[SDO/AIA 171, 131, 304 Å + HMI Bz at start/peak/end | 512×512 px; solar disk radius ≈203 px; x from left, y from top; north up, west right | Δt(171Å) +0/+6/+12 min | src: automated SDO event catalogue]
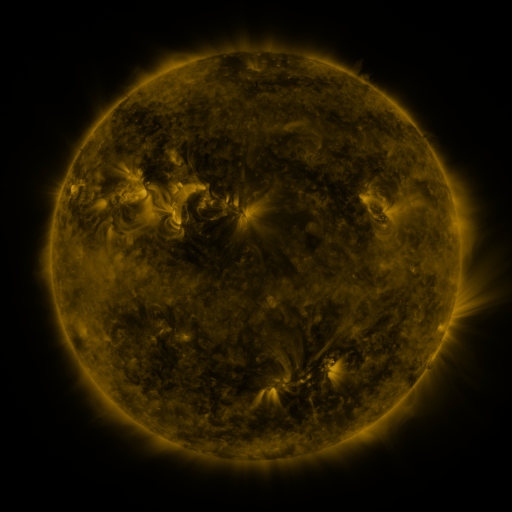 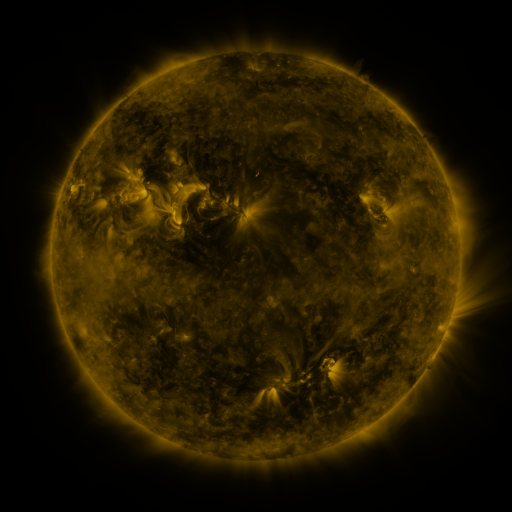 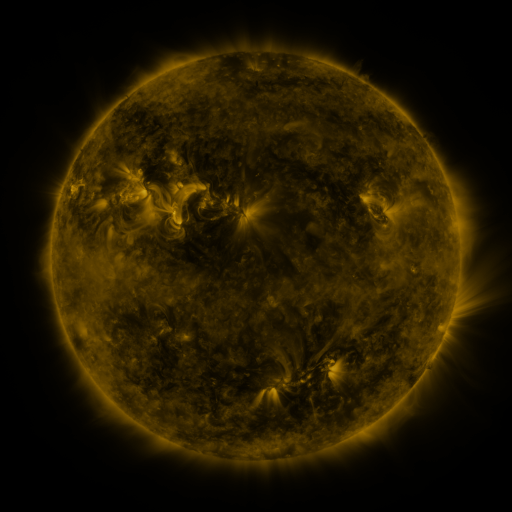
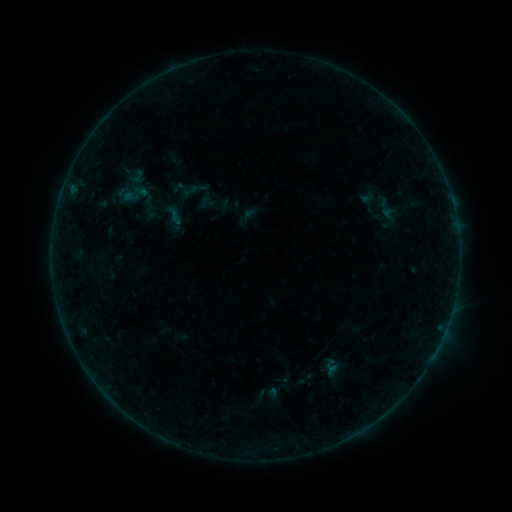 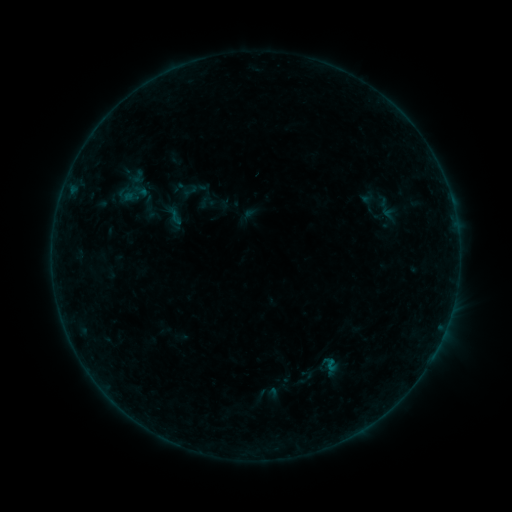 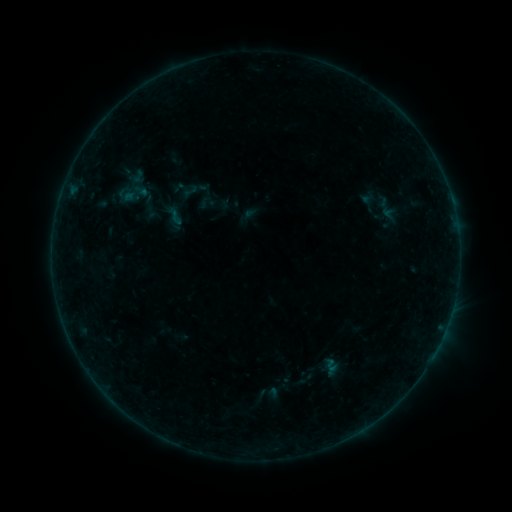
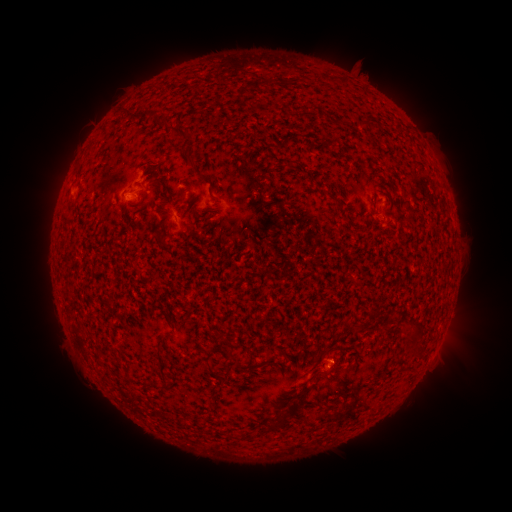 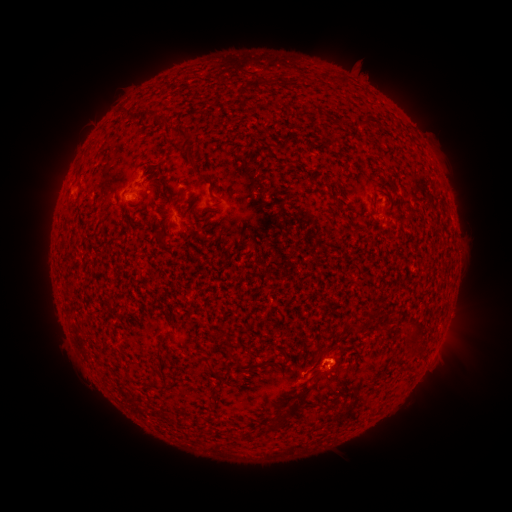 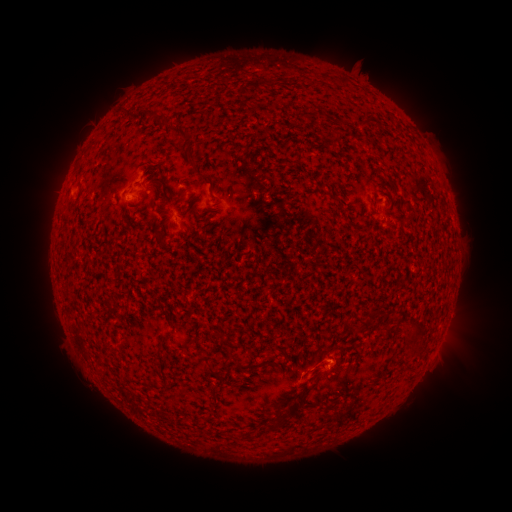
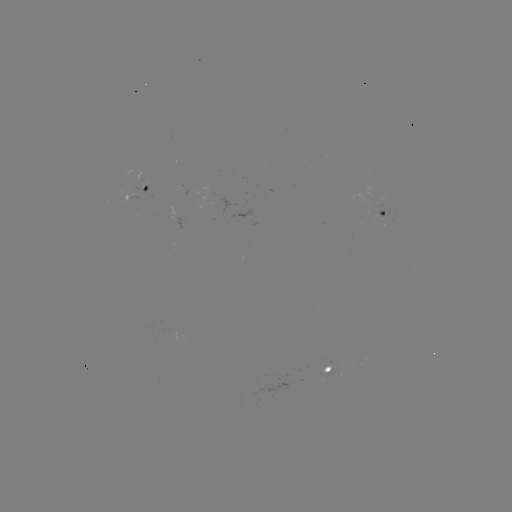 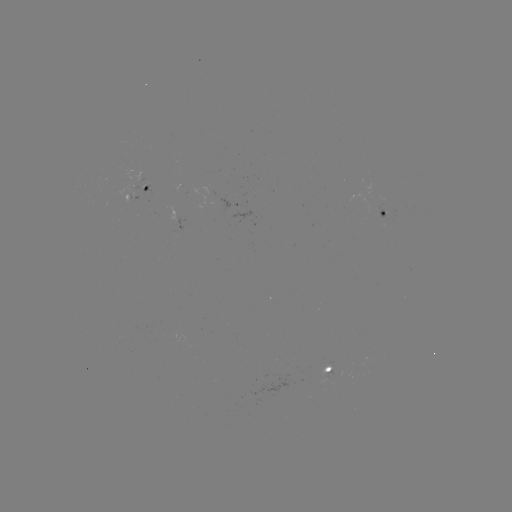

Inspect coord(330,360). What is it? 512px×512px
B1.6 flare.